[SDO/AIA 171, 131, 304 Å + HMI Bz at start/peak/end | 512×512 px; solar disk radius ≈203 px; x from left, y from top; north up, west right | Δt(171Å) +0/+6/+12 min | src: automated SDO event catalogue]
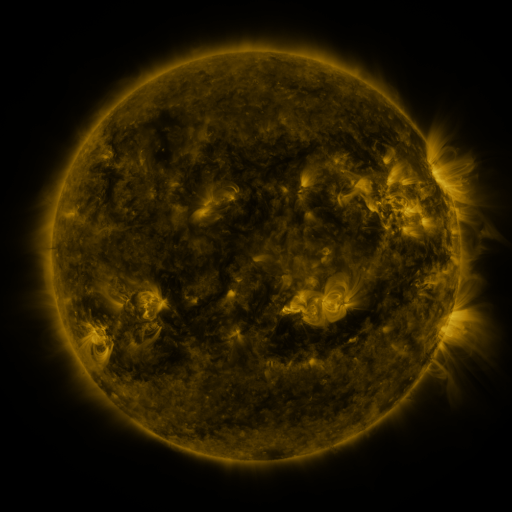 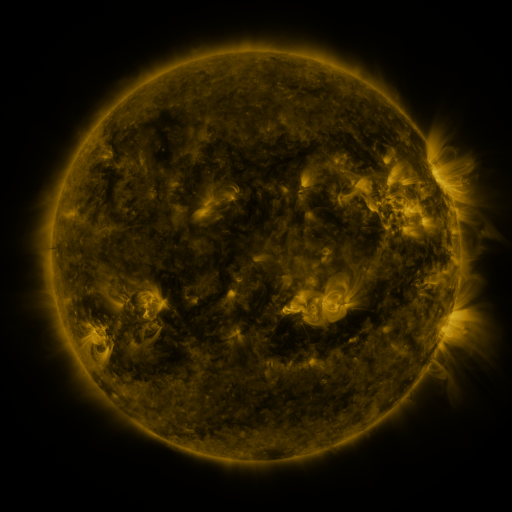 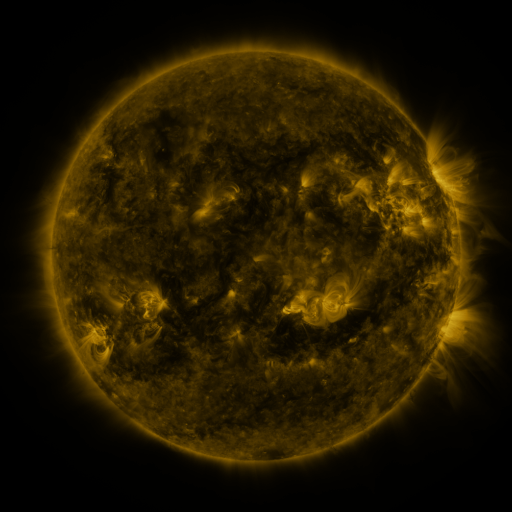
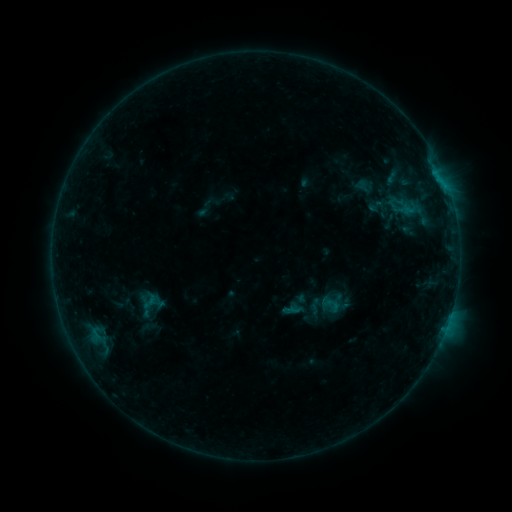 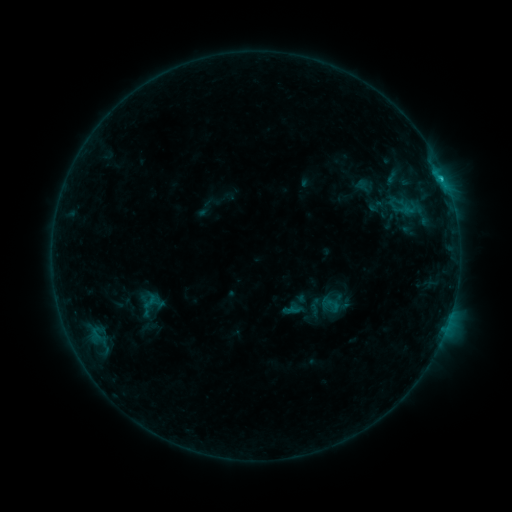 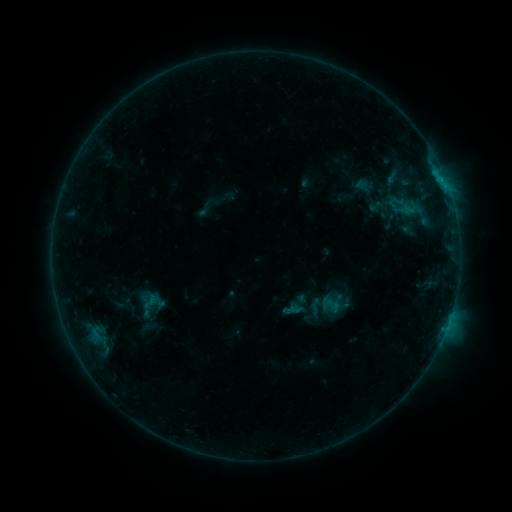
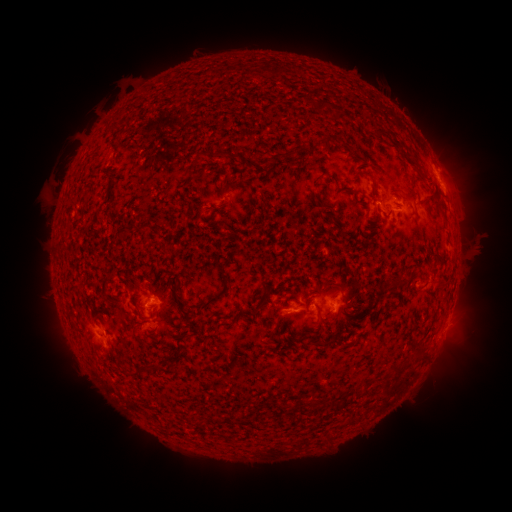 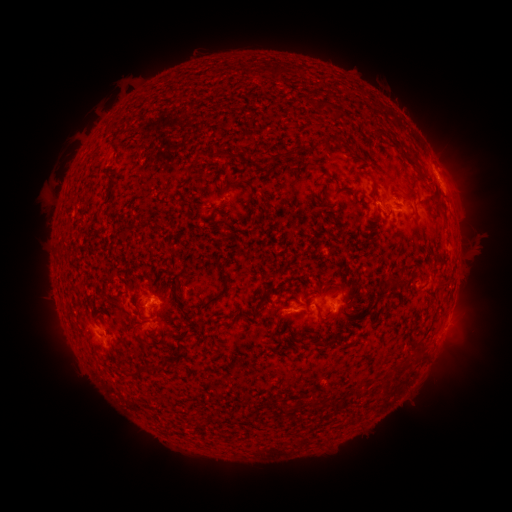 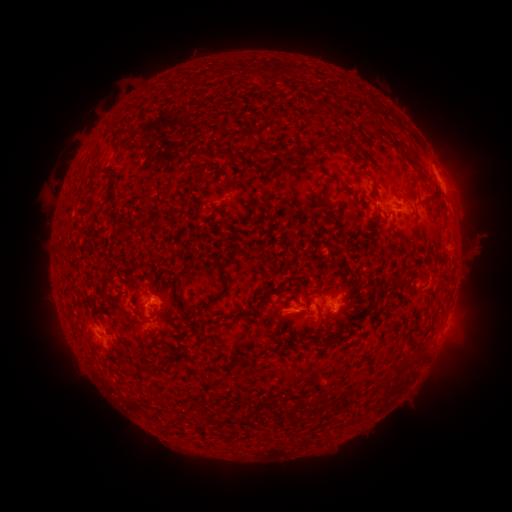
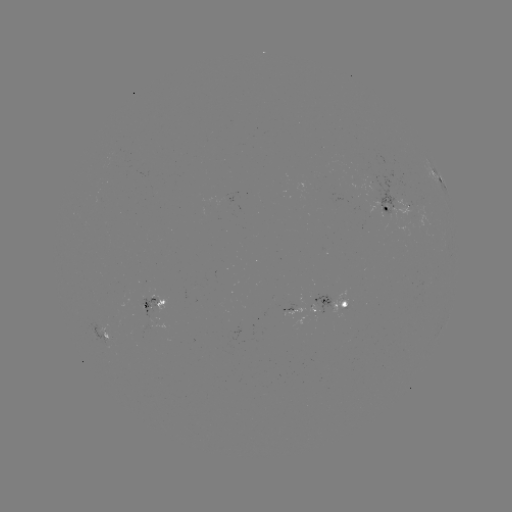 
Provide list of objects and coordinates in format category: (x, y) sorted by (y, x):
B7.3 flare: (440, 179)
